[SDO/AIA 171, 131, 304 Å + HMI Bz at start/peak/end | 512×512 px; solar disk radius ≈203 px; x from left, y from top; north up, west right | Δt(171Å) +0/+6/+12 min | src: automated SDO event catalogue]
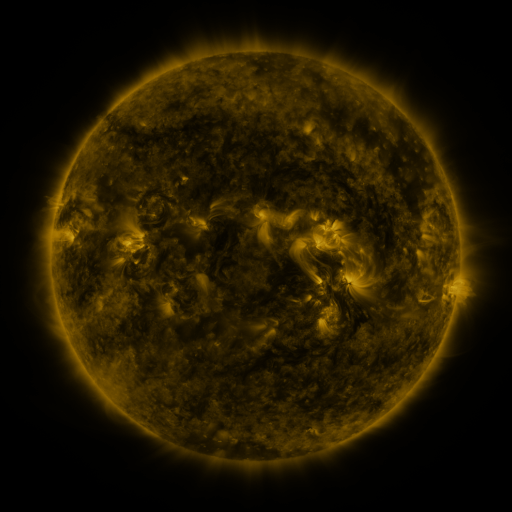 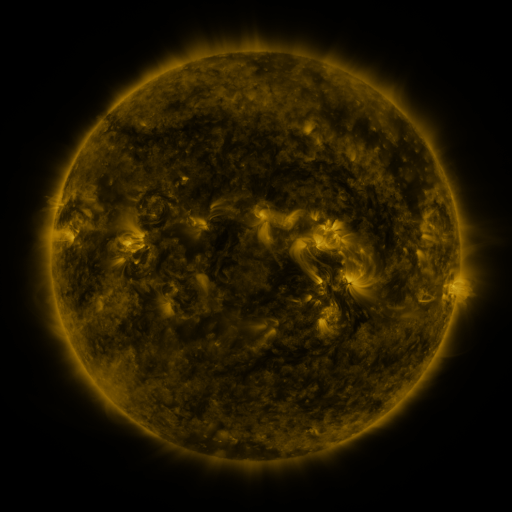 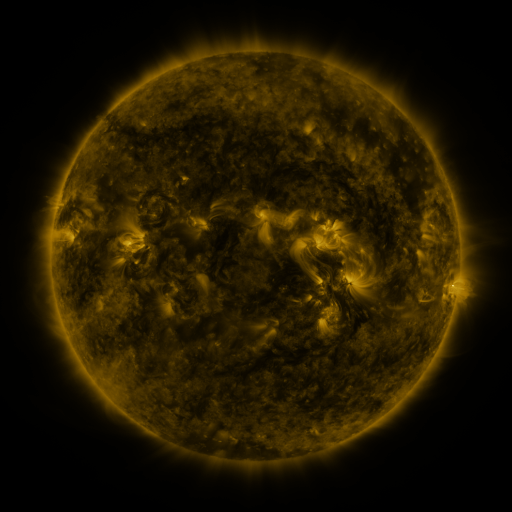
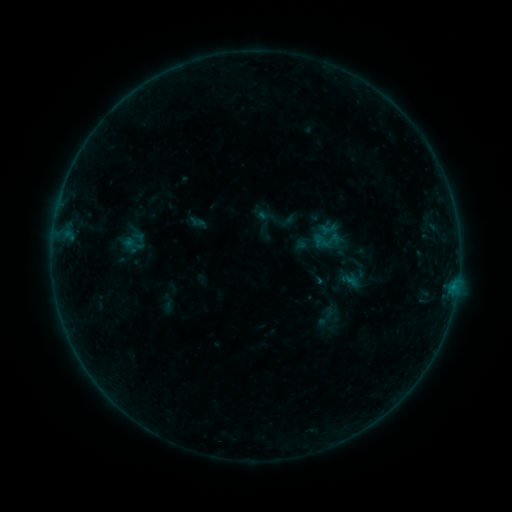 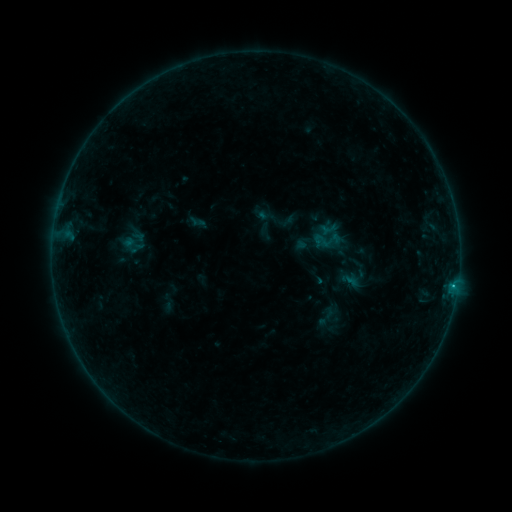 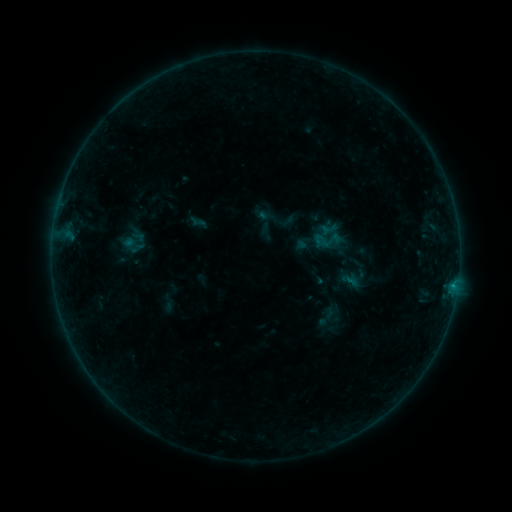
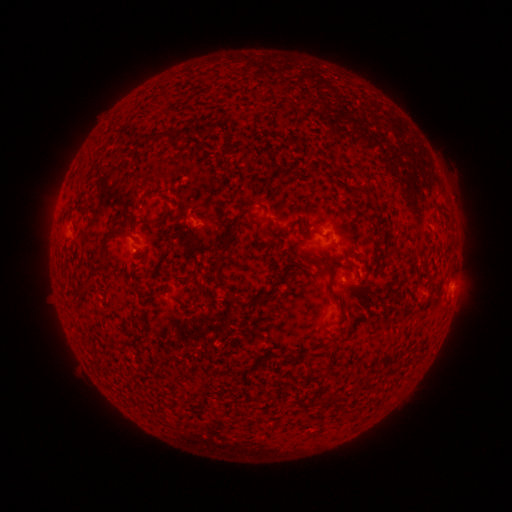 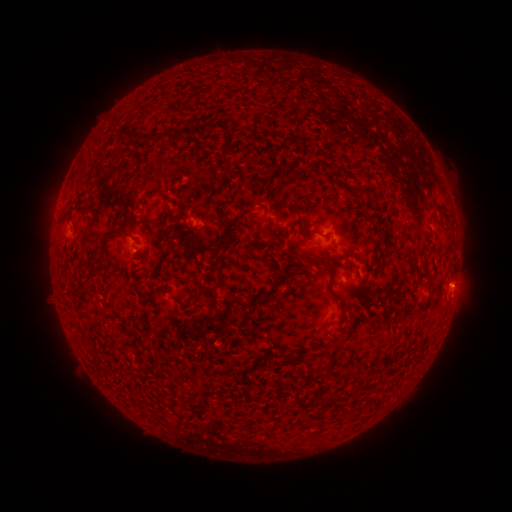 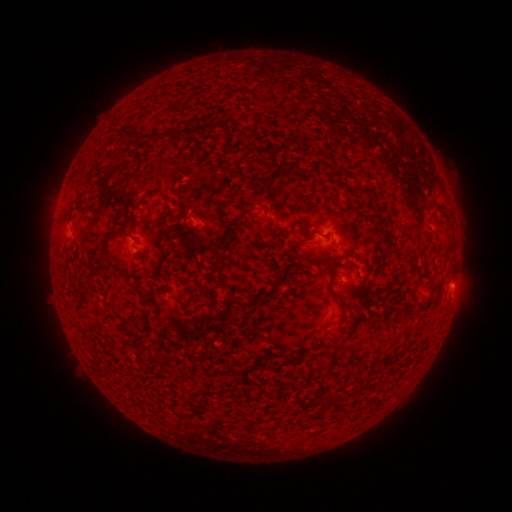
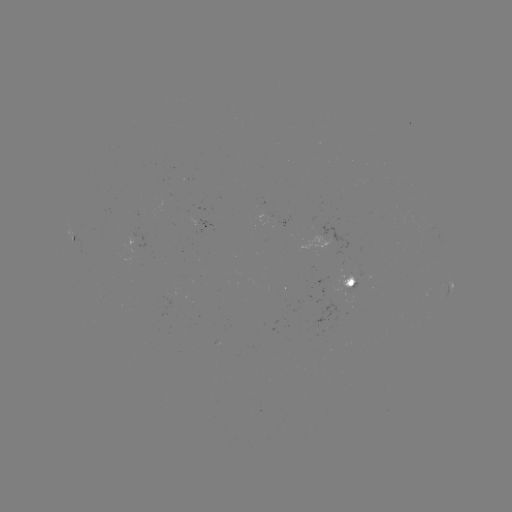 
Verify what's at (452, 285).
B3.8 flare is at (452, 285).